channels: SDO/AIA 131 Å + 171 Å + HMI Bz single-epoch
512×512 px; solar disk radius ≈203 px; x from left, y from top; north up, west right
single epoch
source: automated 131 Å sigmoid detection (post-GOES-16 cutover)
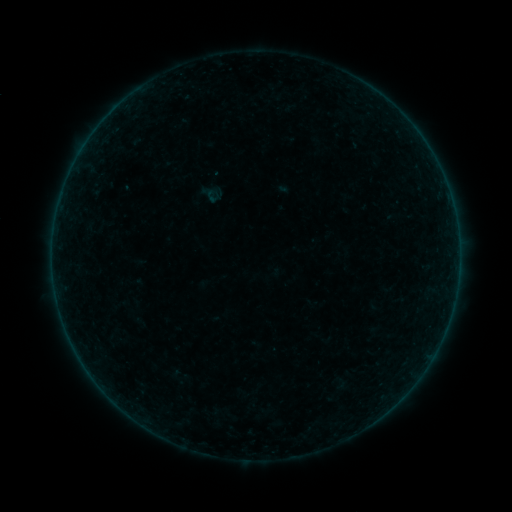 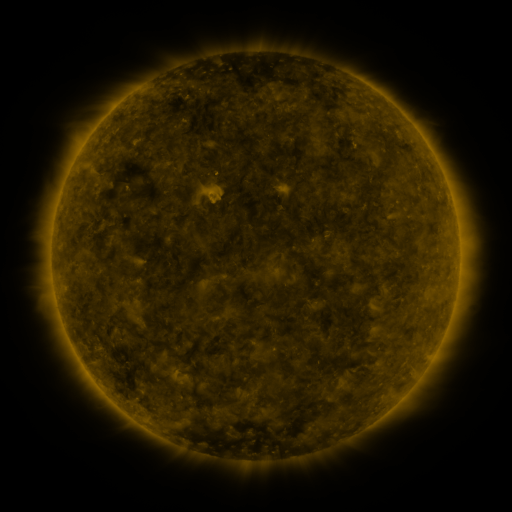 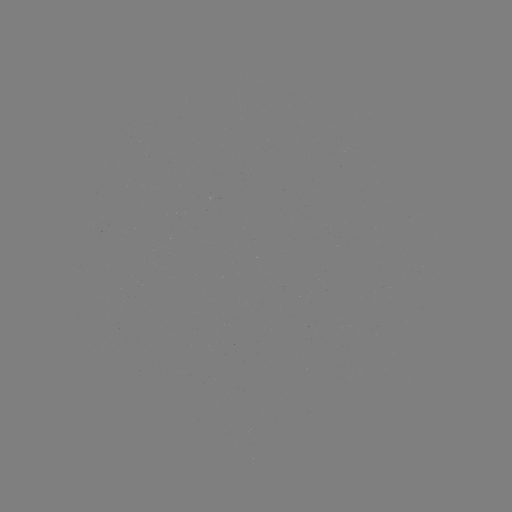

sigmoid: [204, 187, 222, 205]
